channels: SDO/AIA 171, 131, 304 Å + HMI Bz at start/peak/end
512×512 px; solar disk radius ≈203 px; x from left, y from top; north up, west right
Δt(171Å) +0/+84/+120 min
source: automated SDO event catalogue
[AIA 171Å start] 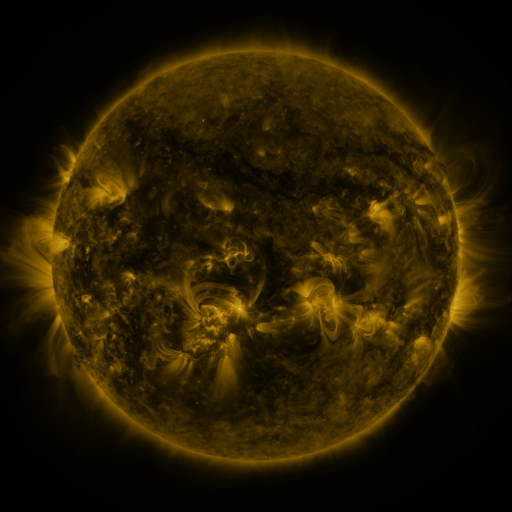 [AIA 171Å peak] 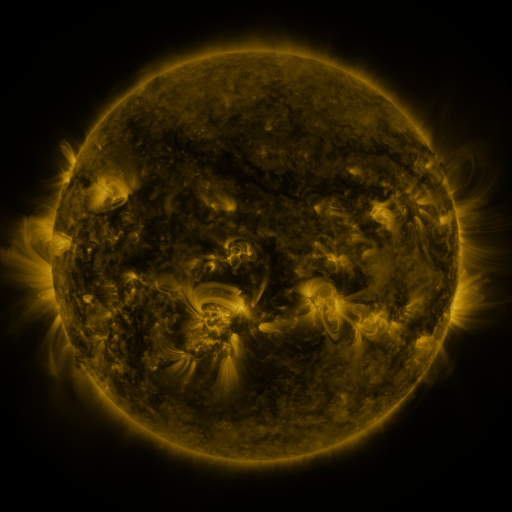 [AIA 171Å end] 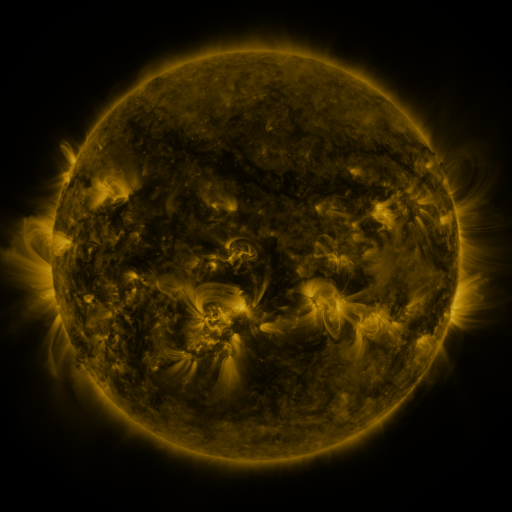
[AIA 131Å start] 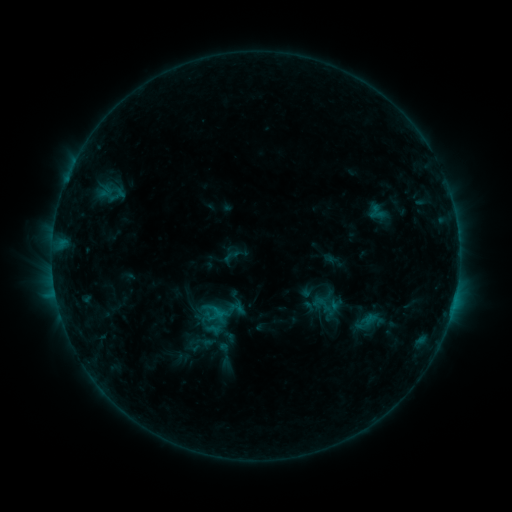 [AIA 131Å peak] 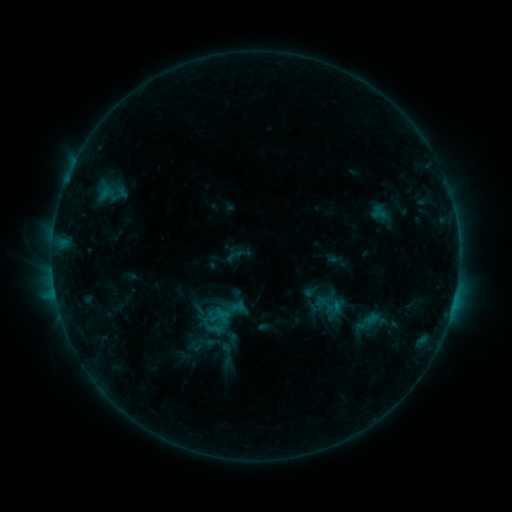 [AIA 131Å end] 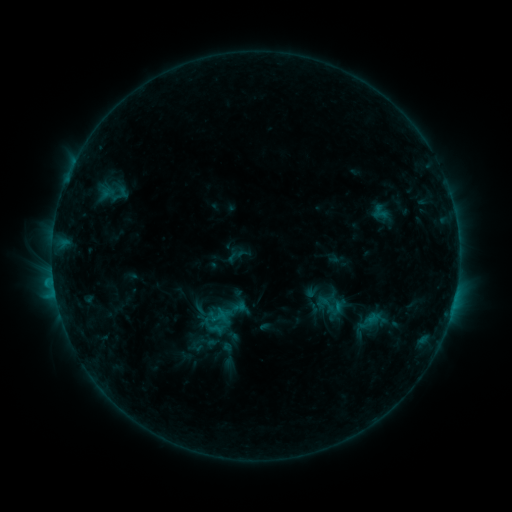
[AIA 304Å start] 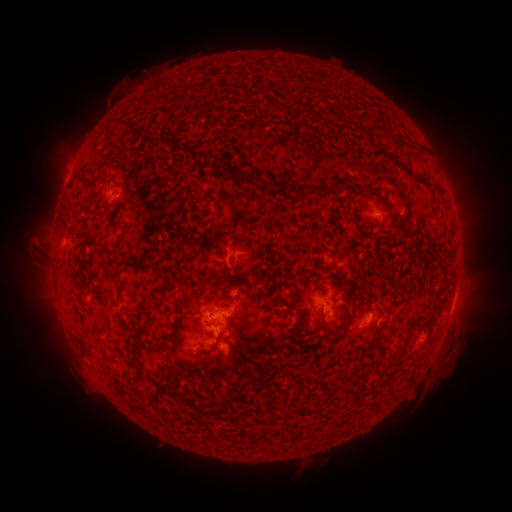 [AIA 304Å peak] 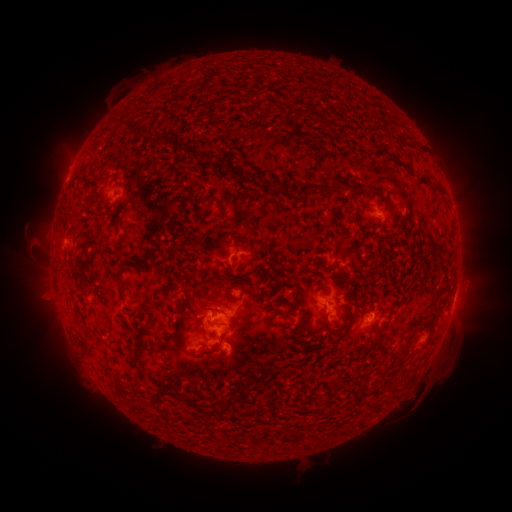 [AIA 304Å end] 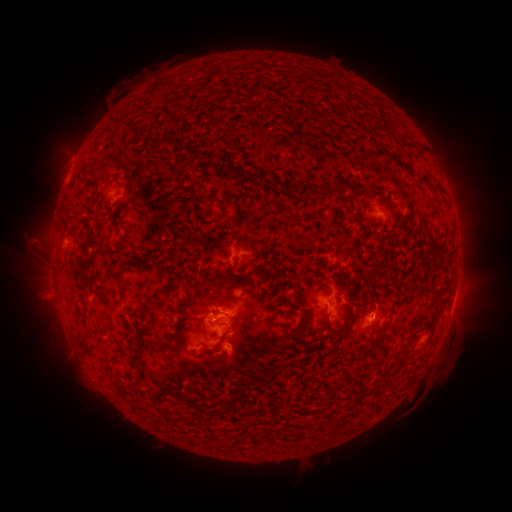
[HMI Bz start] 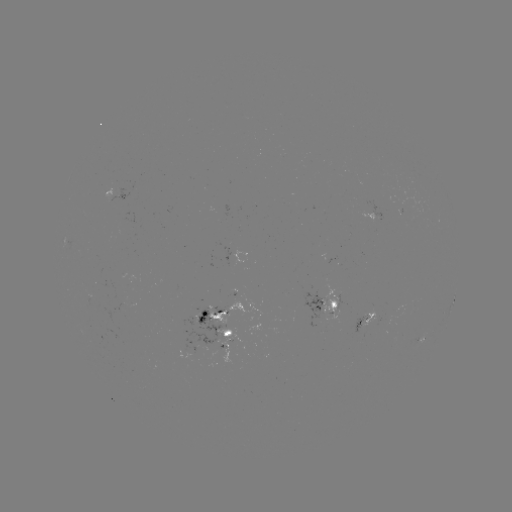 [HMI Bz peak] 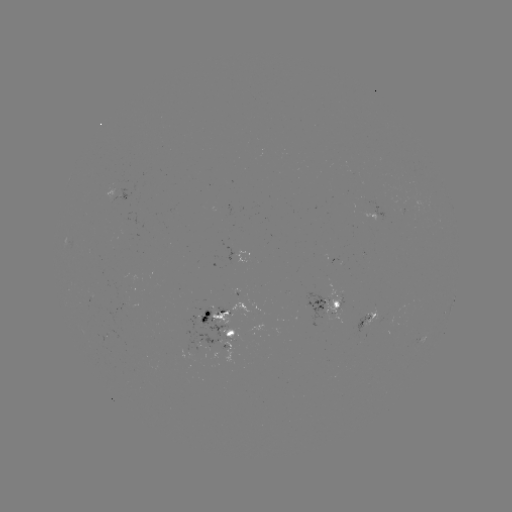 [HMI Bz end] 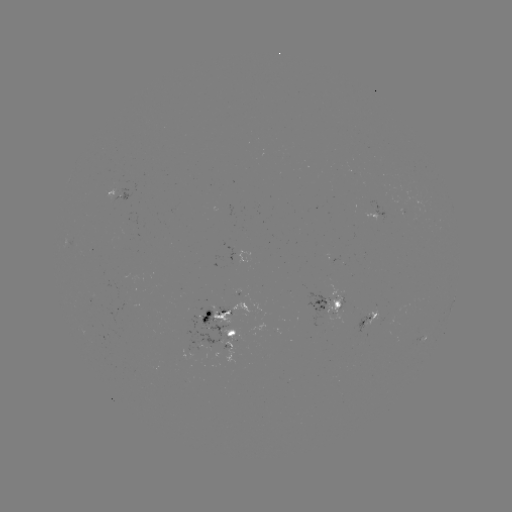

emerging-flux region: [225, 244, 233, 265]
